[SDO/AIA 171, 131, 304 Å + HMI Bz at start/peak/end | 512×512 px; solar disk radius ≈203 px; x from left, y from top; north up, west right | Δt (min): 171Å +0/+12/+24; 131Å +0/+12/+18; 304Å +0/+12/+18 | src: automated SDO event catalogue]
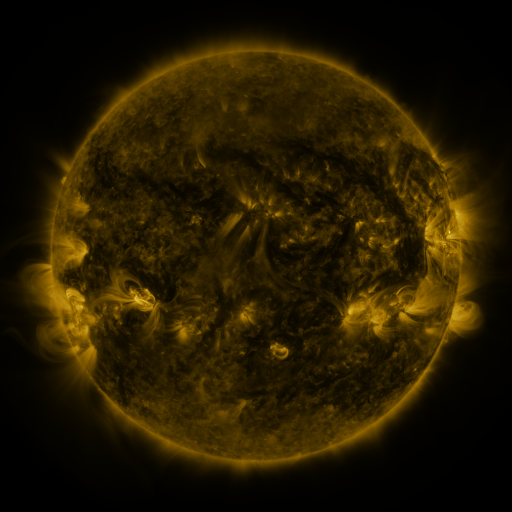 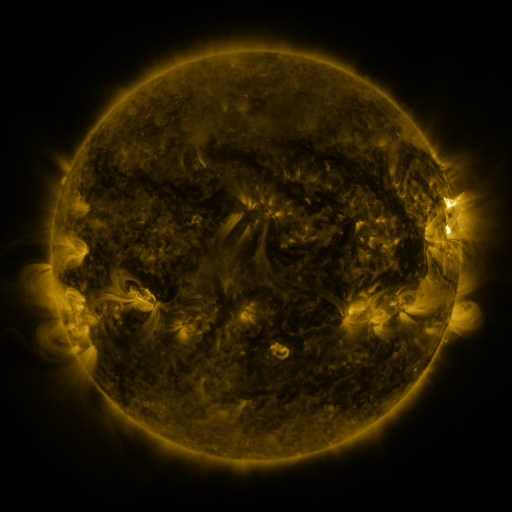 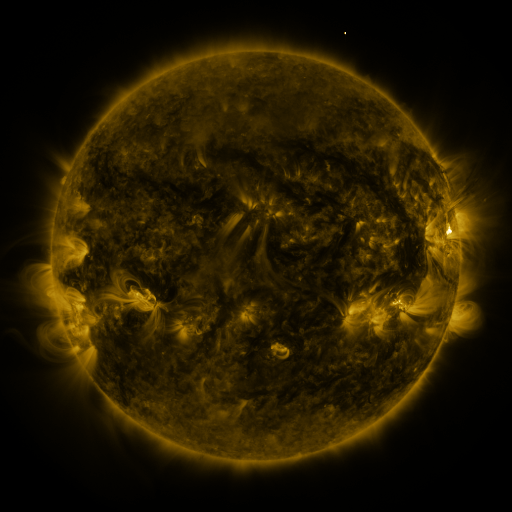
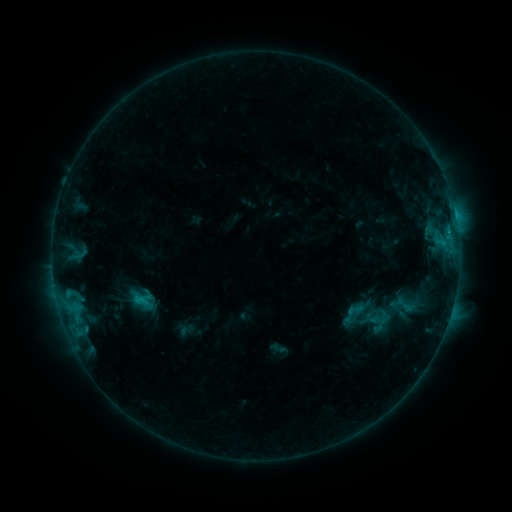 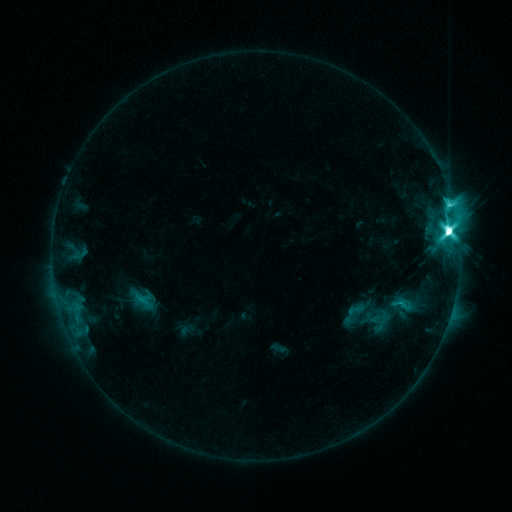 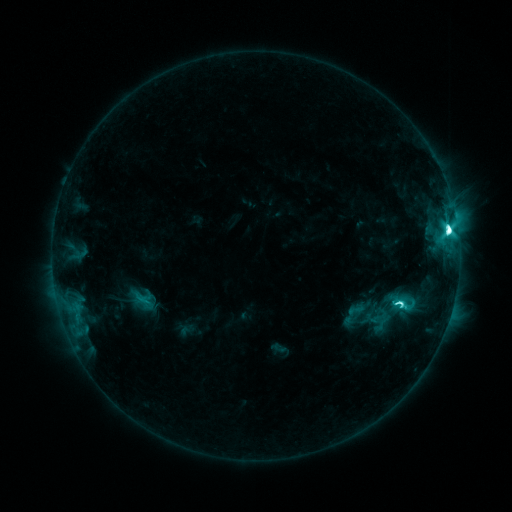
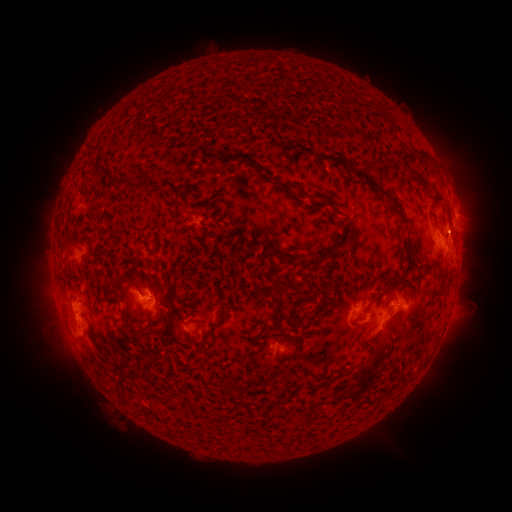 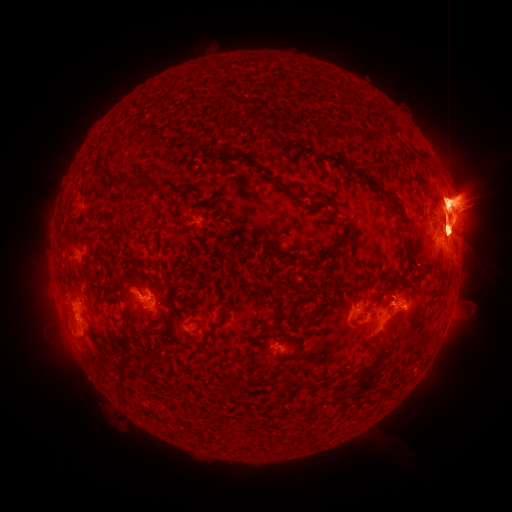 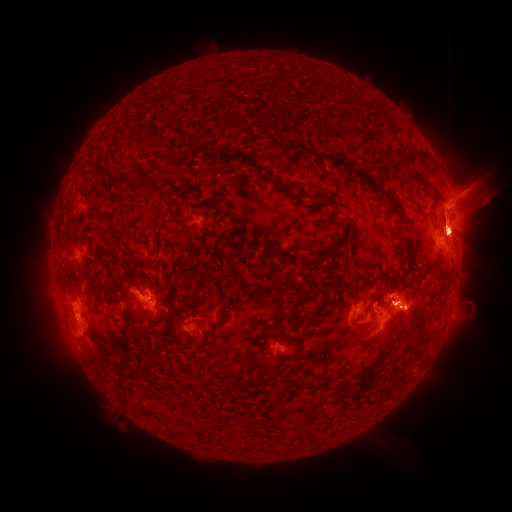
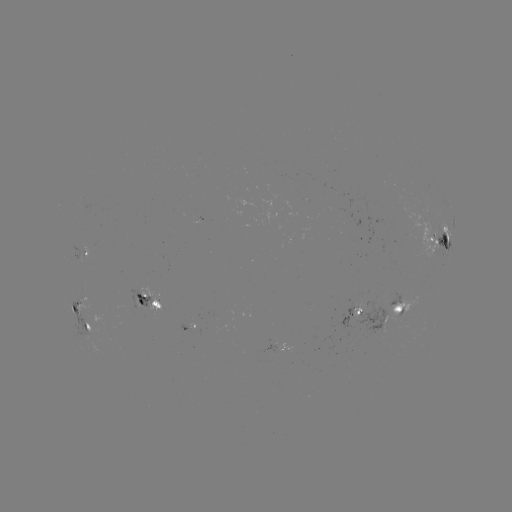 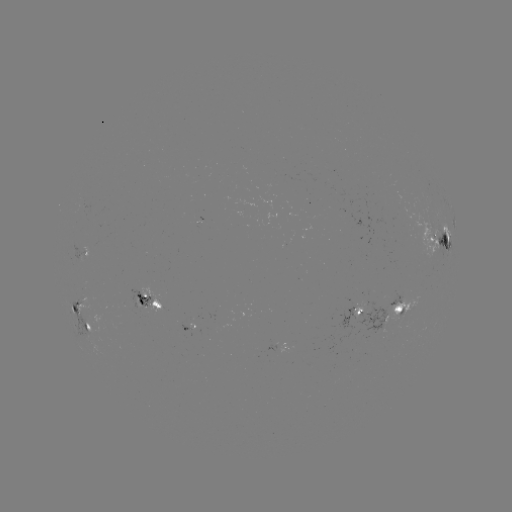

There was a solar flare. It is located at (447, 232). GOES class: M5.1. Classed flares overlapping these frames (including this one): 1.